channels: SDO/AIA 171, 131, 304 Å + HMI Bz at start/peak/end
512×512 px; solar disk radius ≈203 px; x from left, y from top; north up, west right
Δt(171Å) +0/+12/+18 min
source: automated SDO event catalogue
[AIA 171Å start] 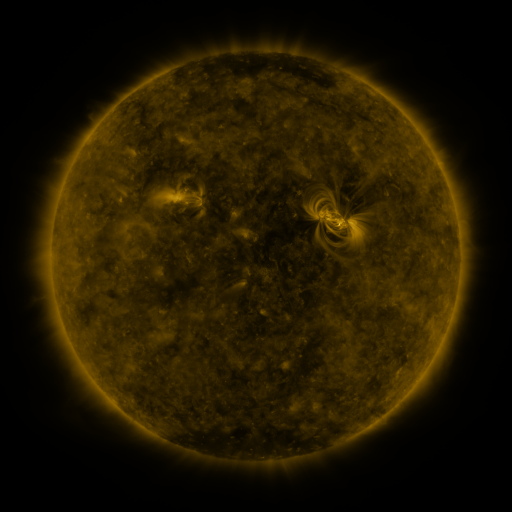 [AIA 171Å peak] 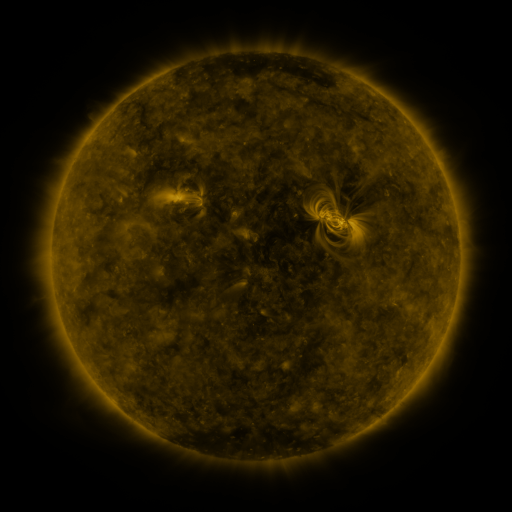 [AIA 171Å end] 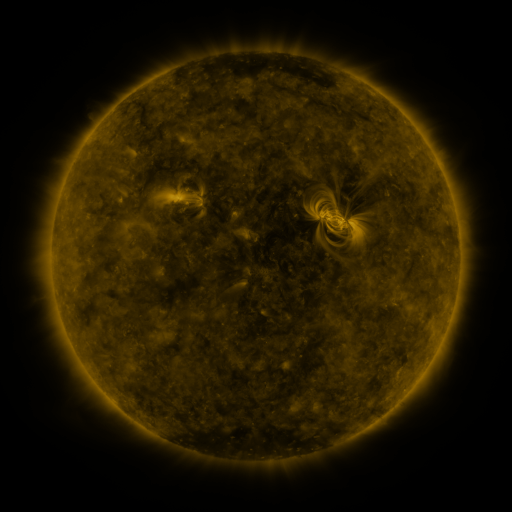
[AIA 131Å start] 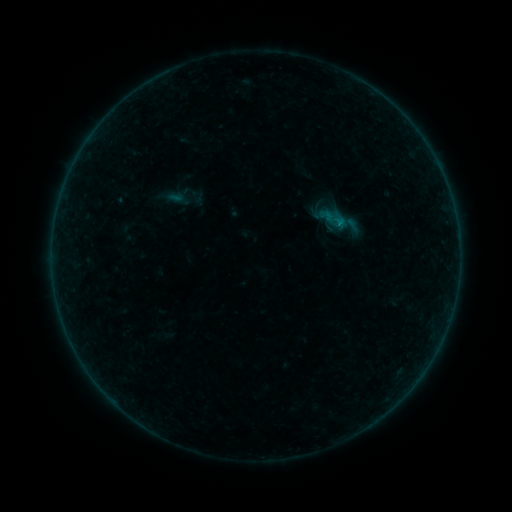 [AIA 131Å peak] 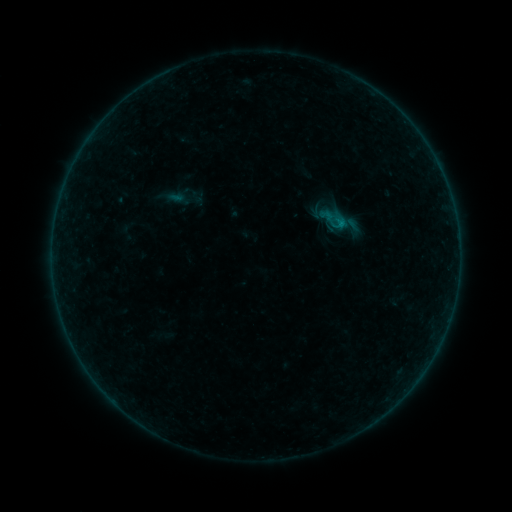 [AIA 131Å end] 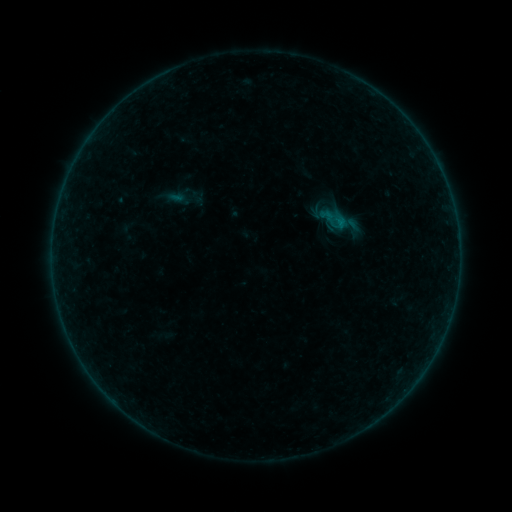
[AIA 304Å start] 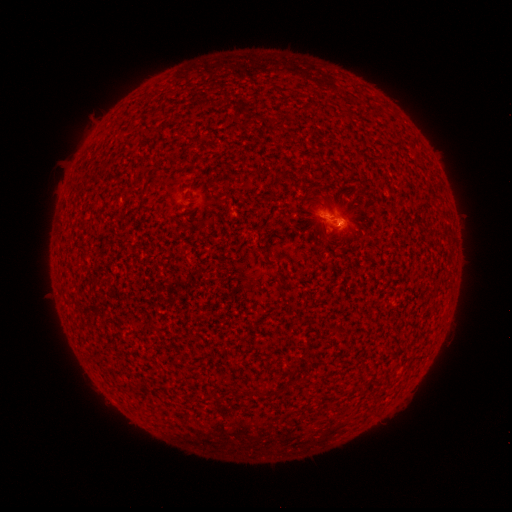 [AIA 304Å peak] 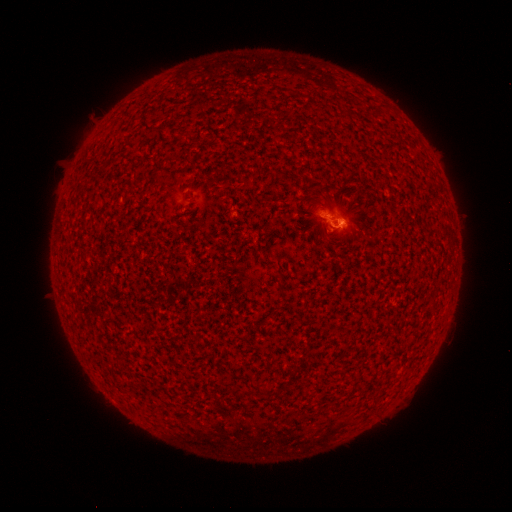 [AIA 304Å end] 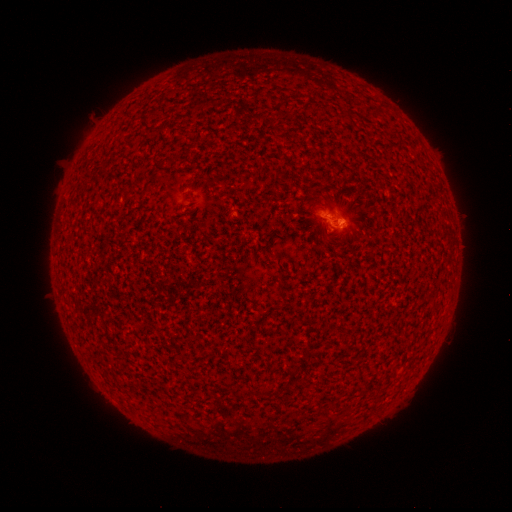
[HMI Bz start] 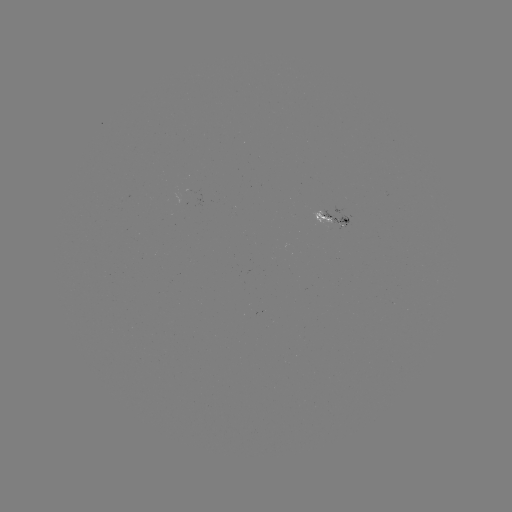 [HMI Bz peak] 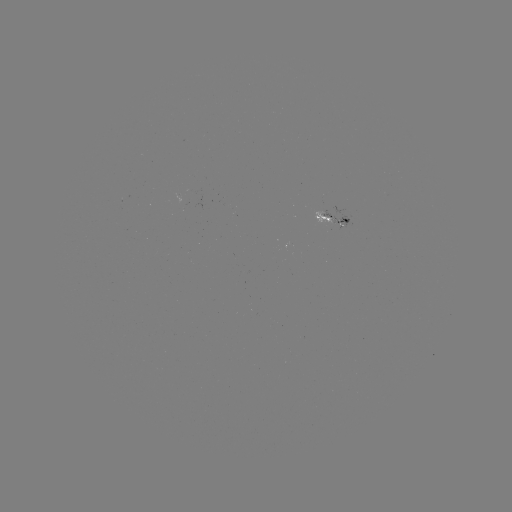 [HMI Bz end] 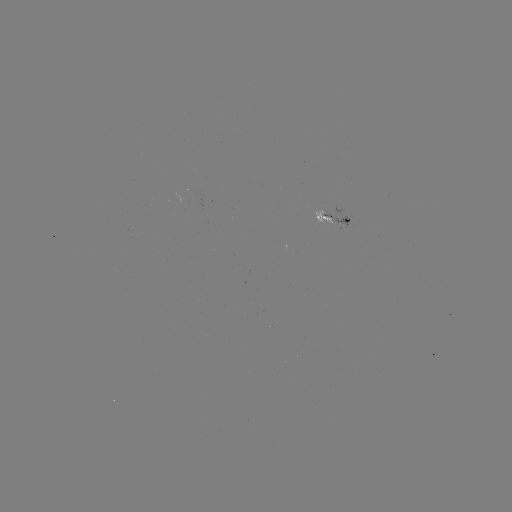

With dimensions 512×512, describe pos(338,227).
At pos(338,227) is B1.5 flare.